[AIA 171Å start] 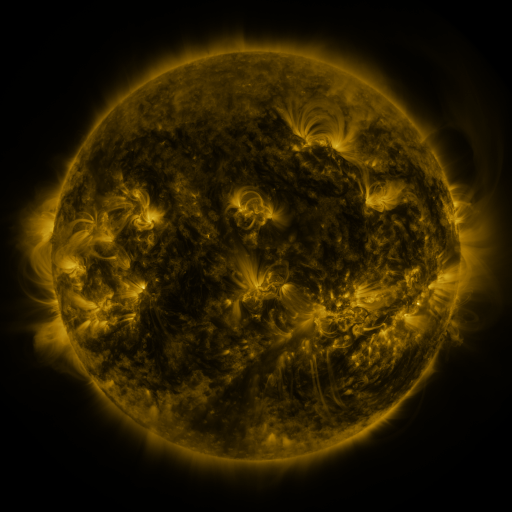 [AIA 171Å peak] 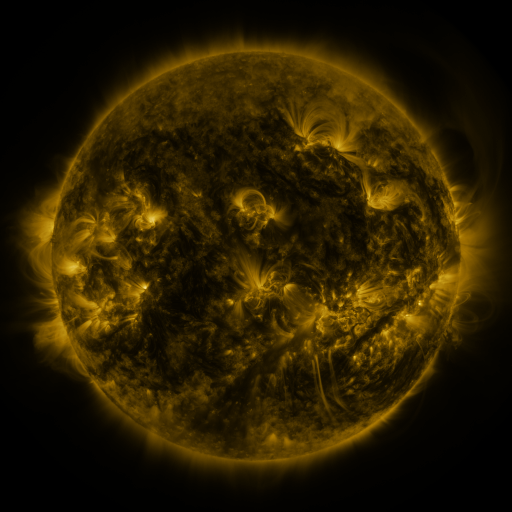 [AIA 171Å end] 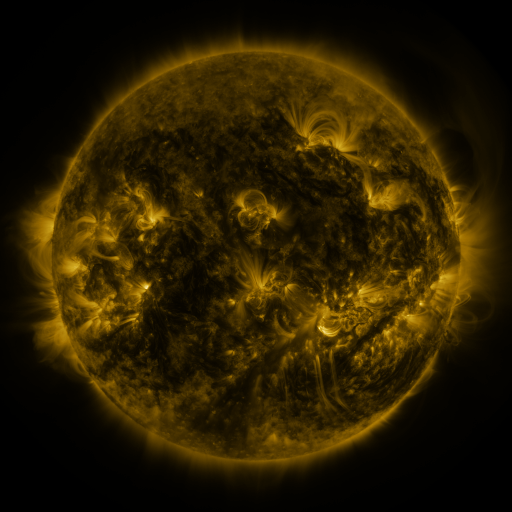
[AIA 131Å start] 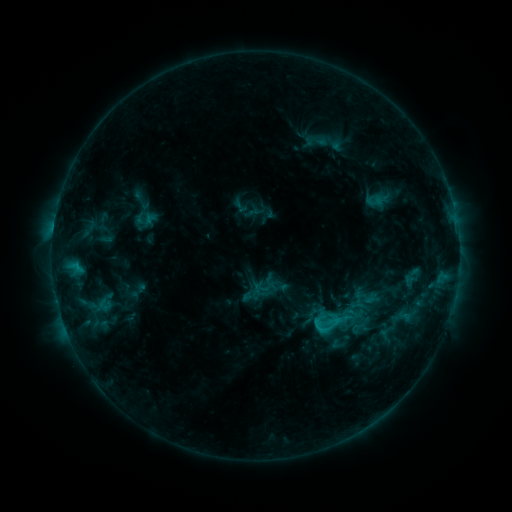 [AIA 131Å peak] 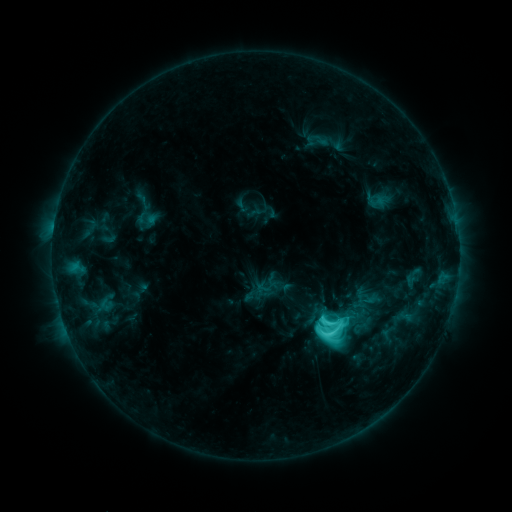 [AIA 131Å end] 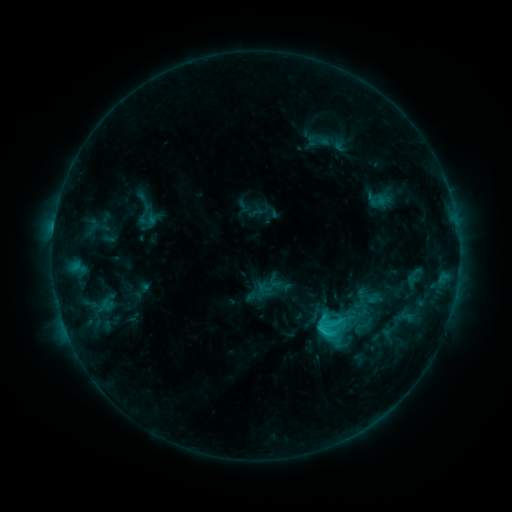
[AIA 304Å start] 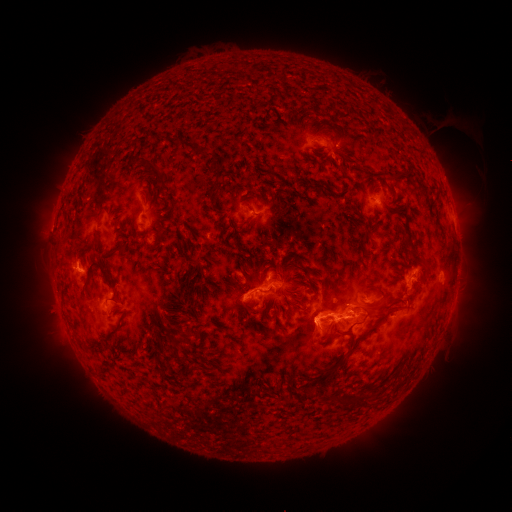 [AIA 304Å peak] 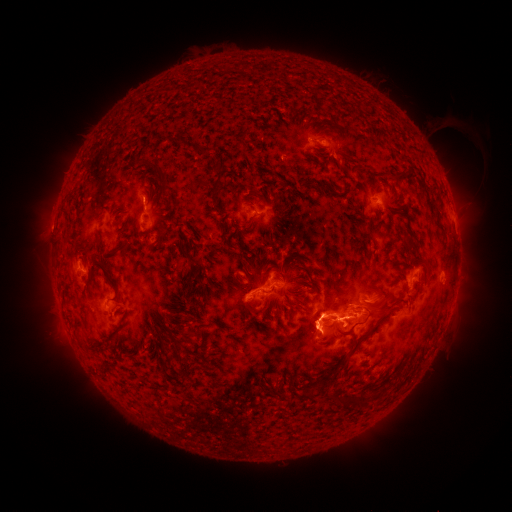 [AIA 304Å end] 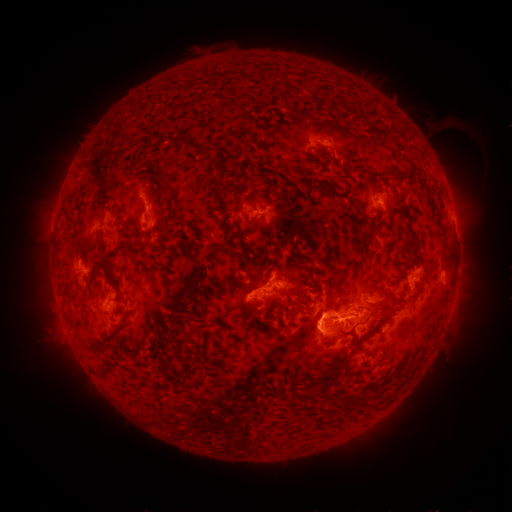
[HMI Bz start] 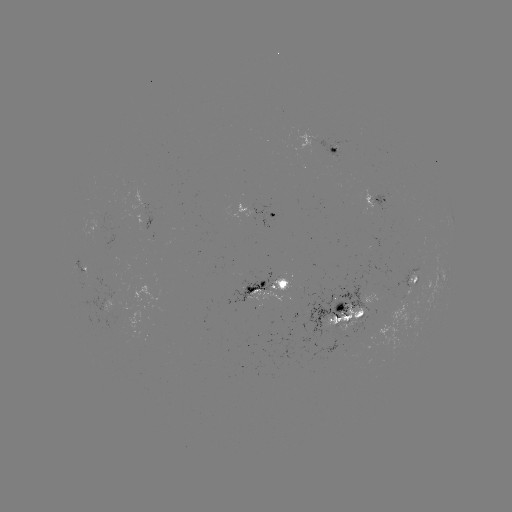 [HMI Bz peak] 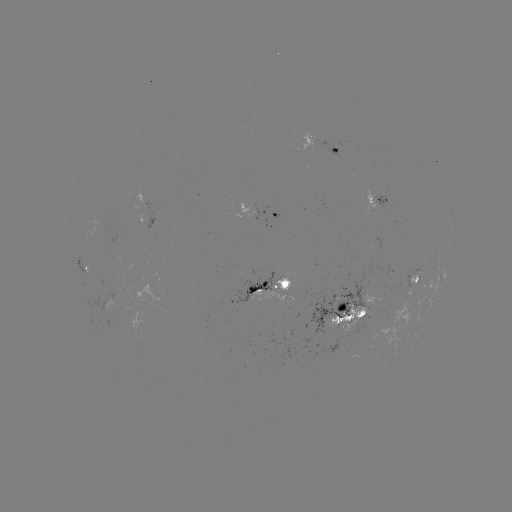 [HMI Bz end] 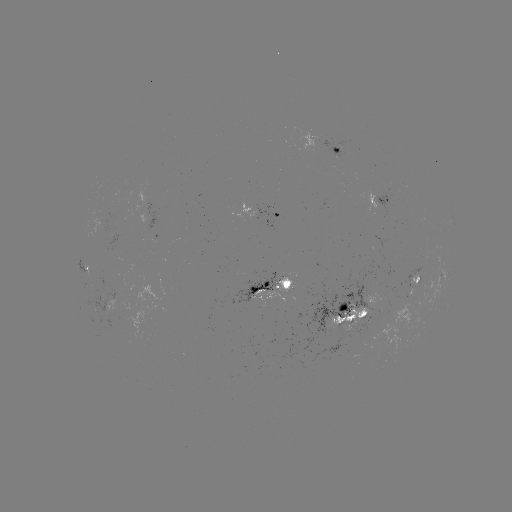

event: flare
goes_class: C9.5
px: (328, 334)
